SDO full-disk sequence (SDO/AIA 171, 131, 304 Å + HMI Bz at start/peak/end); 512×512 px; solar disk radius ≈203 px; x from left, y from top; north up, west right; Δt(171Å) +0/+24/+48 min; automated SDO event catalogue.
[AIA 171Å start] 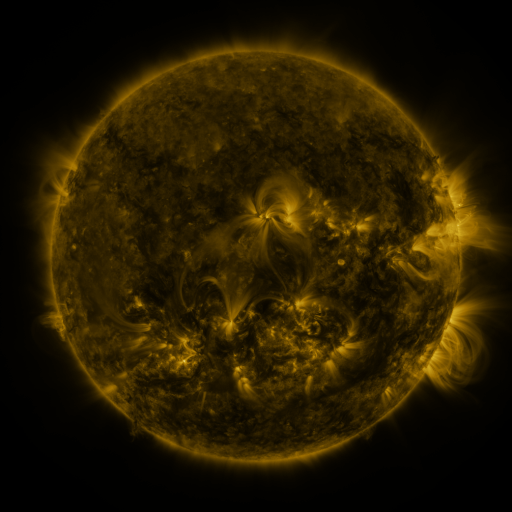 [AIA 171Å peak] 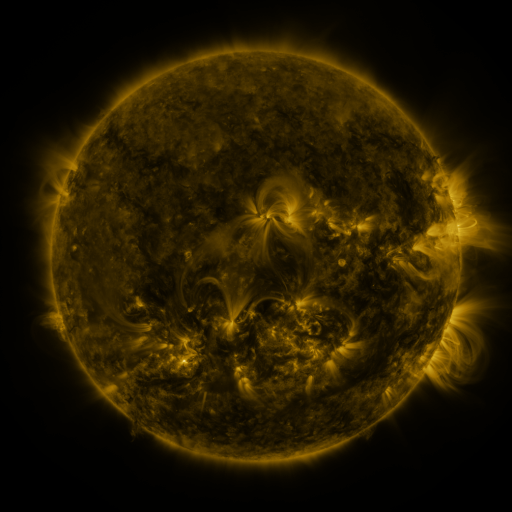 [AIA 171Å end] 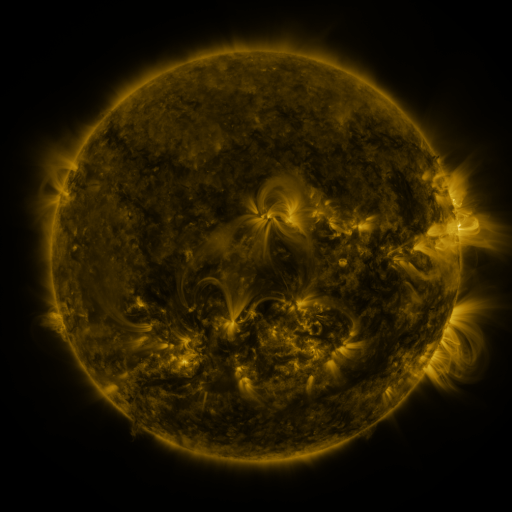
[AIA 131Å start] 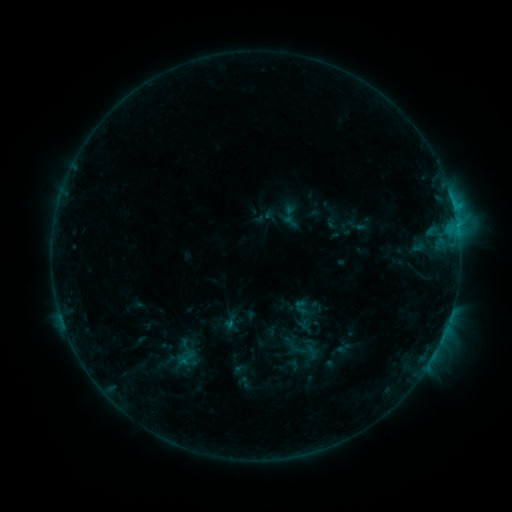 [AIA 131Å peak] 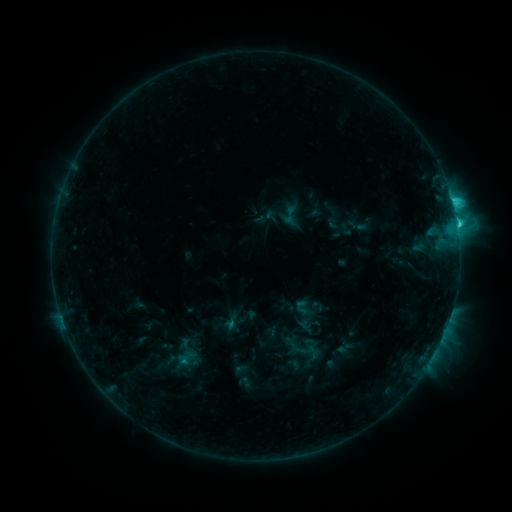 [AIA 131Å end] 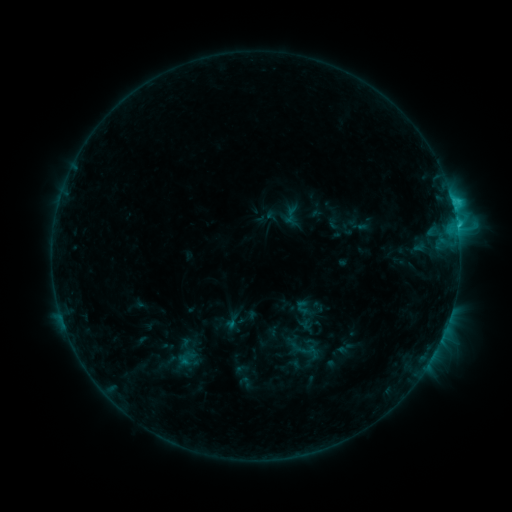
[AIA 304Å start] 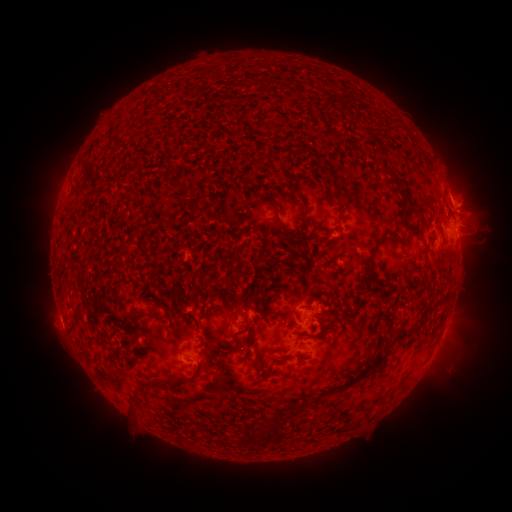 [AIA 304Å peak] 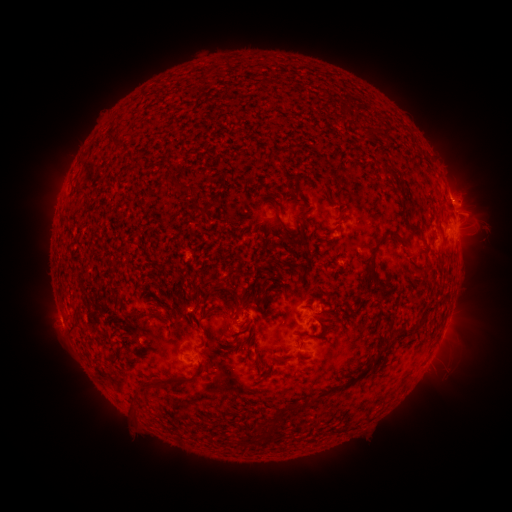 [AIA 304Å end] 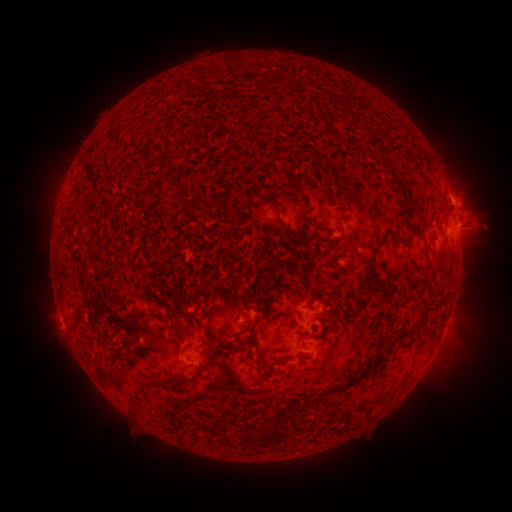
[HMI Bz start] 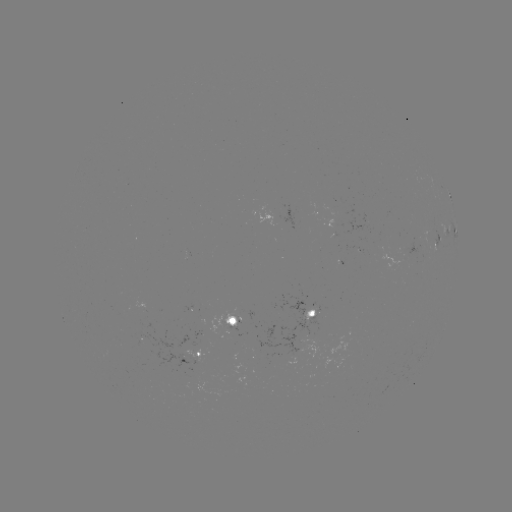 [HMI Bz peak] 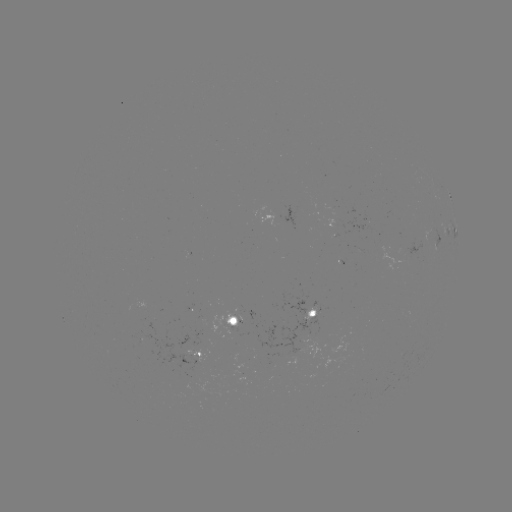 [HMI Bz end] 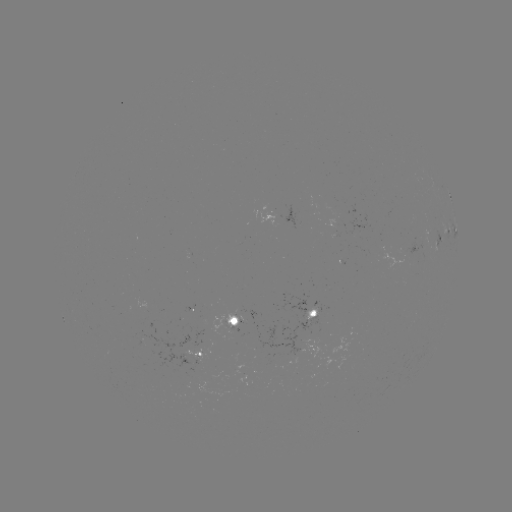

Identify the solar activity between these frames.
C3.4 flare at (457, 228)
